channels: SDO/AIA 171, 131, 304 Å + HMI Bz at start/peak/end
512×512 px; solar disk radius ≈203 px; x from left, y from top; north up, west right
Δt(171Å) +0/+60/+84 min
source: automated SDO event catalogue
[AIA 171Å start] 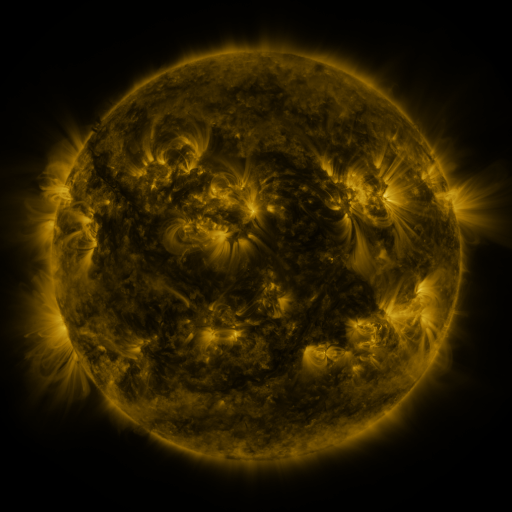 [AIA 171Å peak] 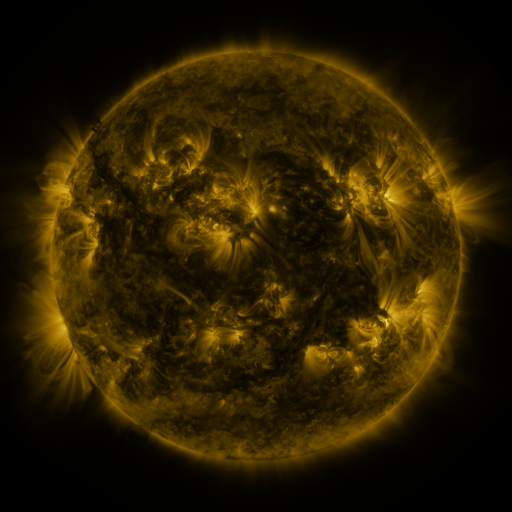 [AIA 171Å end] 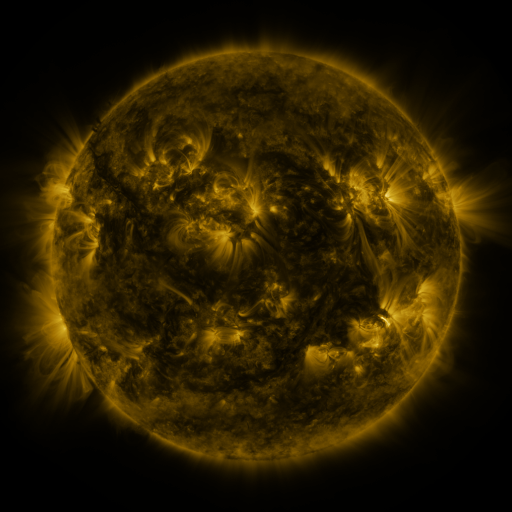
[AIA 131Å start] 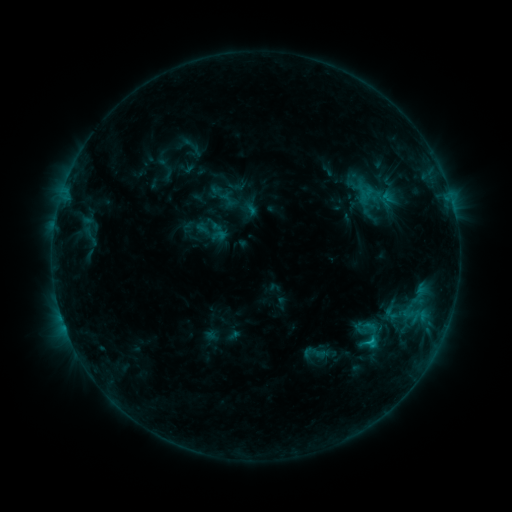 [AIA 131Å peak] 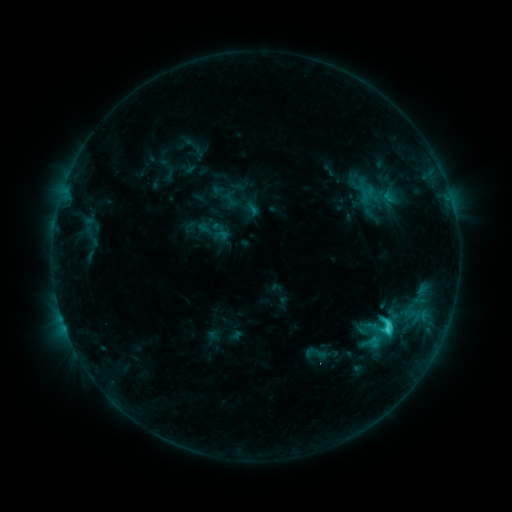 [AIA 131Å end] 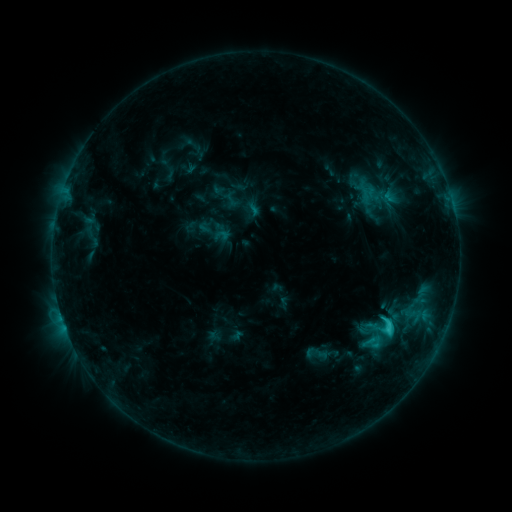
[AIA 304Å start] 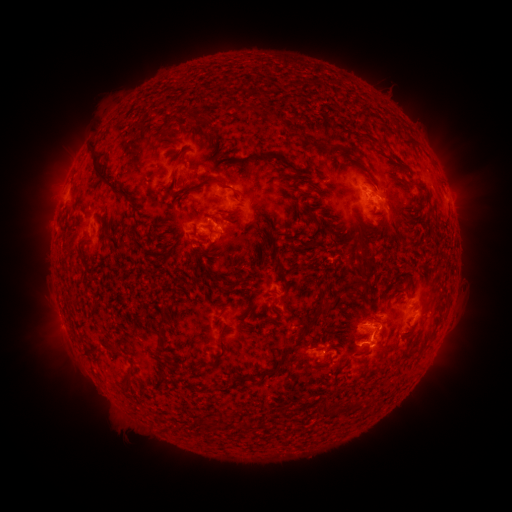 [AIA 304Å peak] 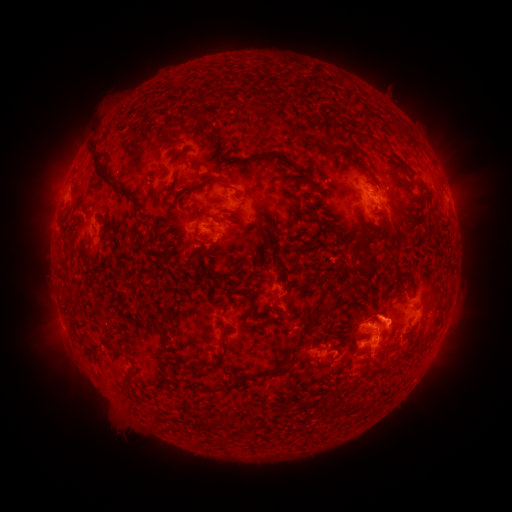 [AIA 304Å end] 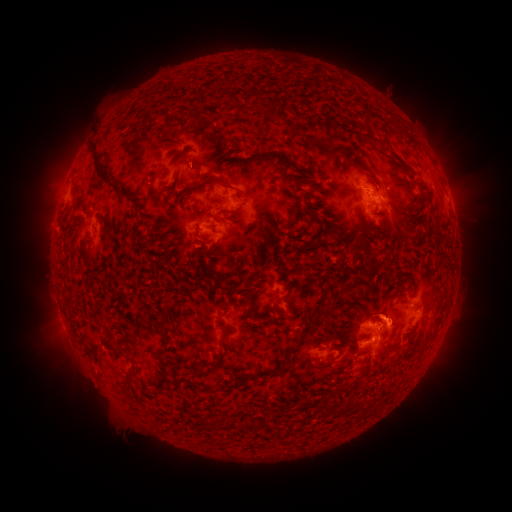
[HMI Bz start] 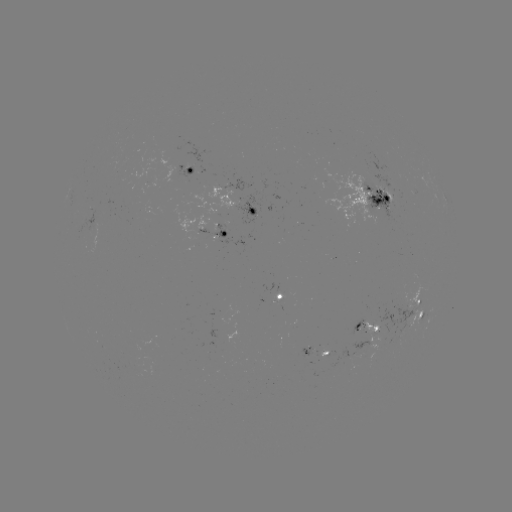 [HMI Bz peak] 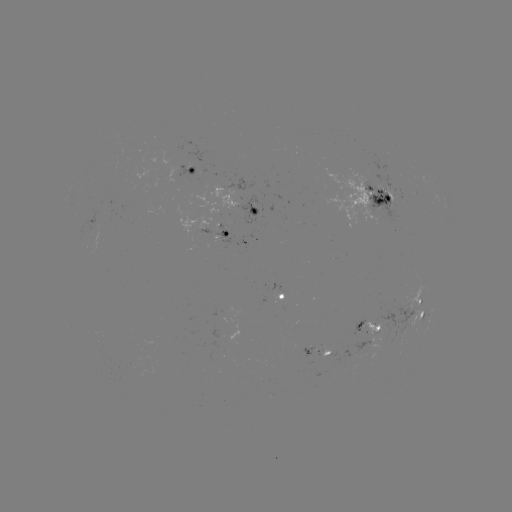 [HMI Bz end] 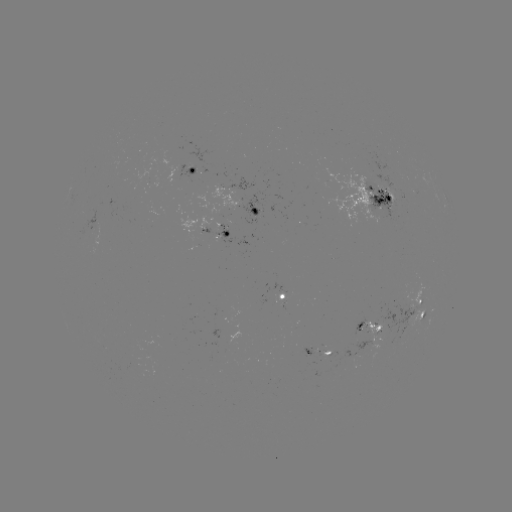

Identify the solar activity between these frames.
emerging-flux region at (379, 316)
